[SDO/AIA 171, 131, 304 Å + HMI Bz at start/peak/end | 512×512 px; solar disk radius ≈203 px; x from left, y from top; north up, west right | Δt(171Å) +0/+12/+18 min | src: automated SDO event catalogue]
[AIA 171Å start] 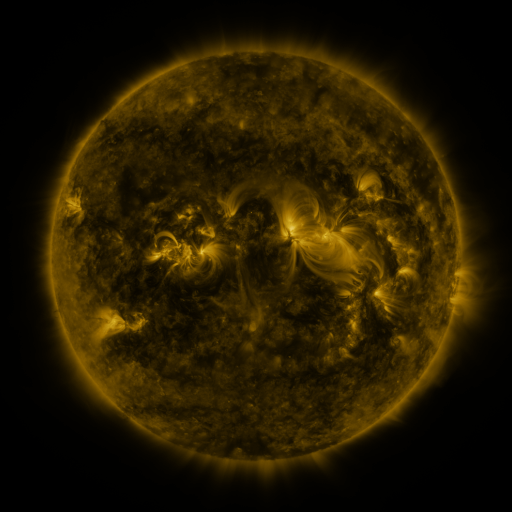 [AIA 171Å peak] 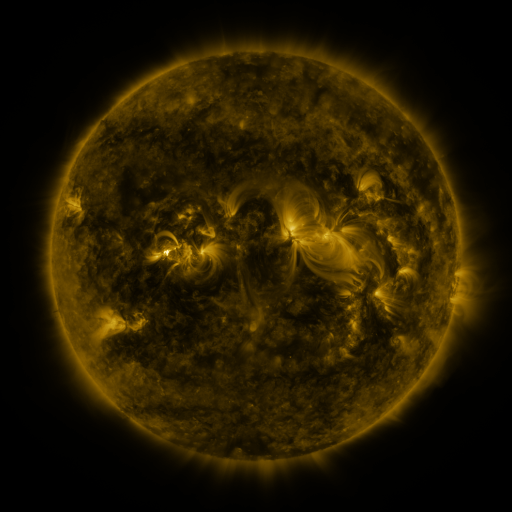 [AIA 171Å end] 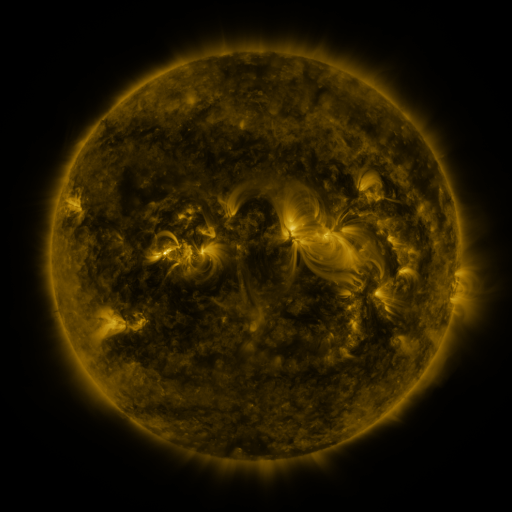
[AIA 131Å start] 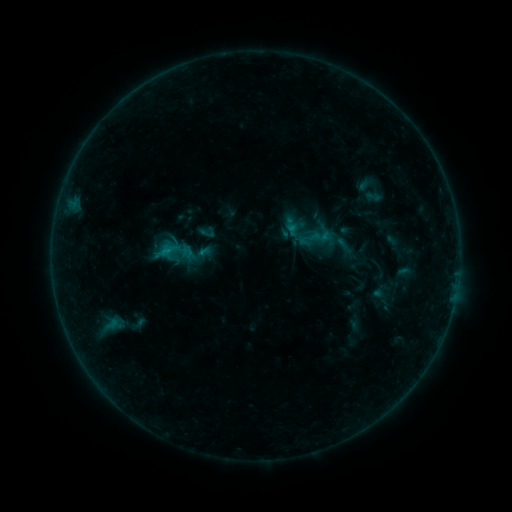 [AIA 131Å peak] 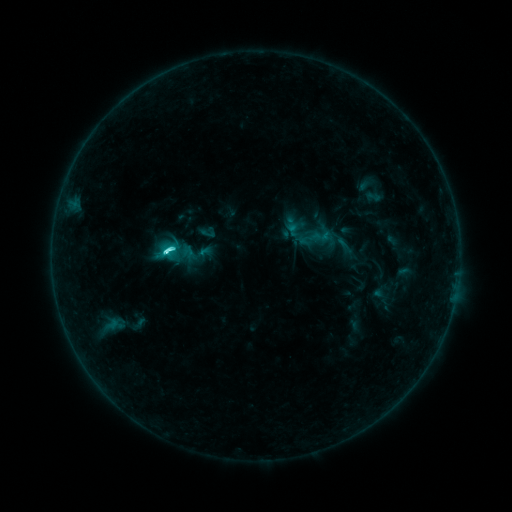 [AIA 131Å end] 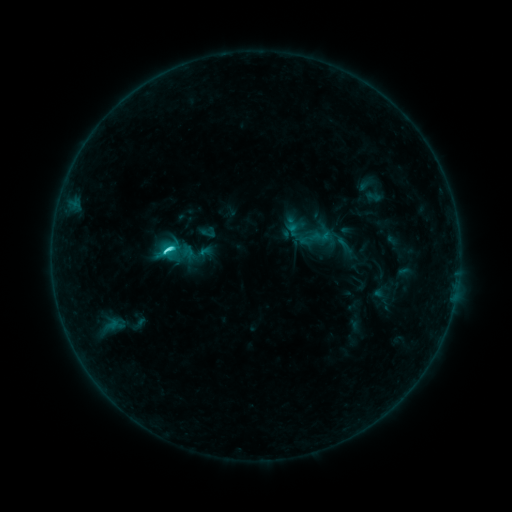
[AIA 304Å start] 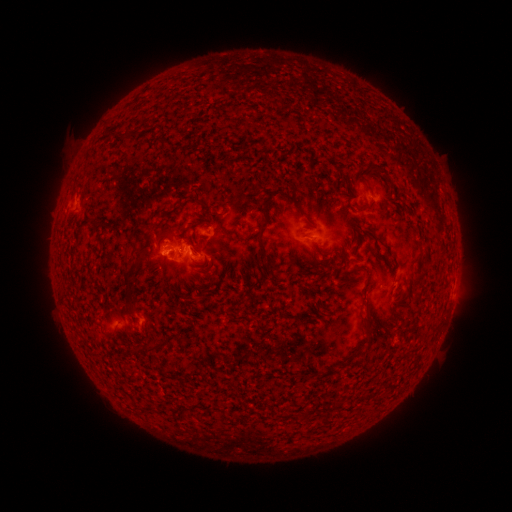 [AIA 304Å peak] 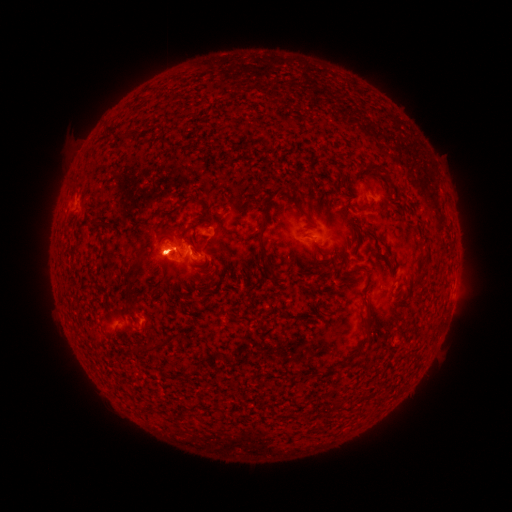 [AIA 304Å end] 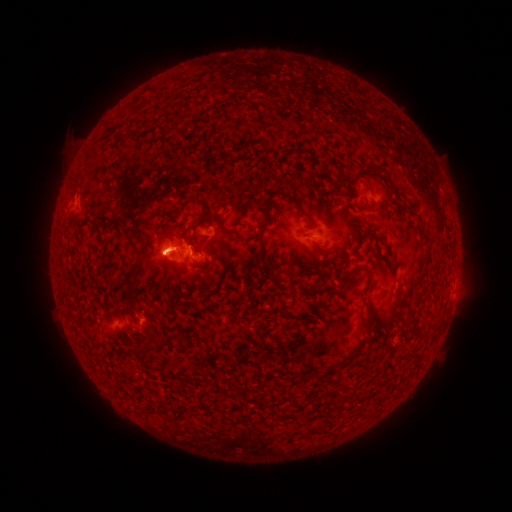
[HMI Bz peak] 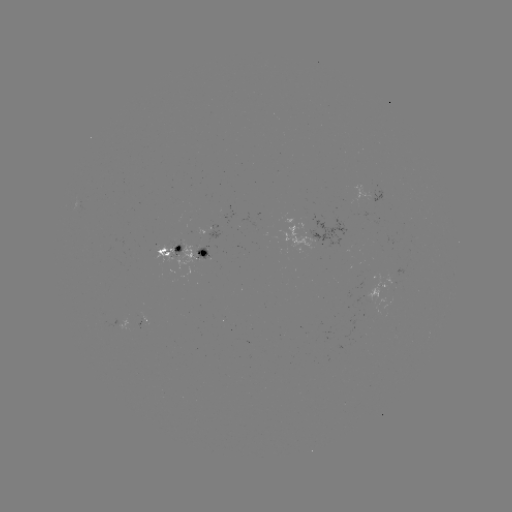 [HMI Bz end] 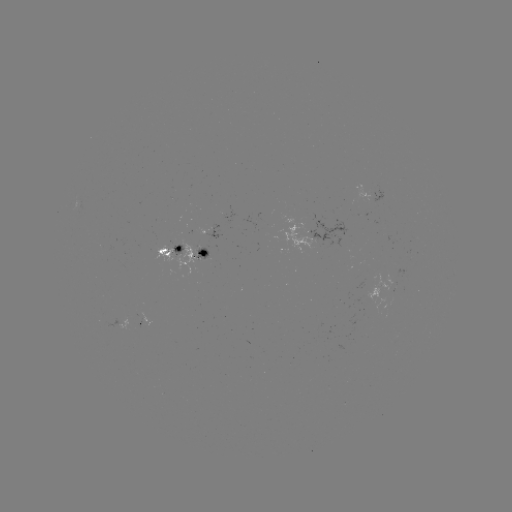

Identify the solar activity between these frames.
C6.8 flare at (169, 256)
